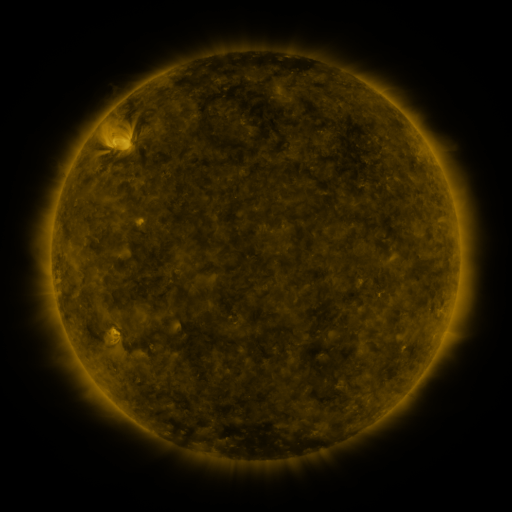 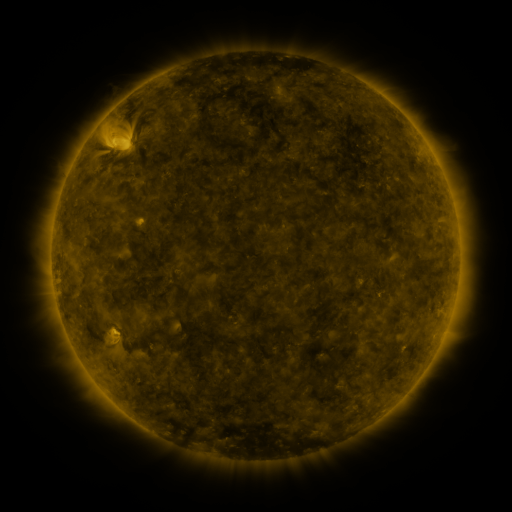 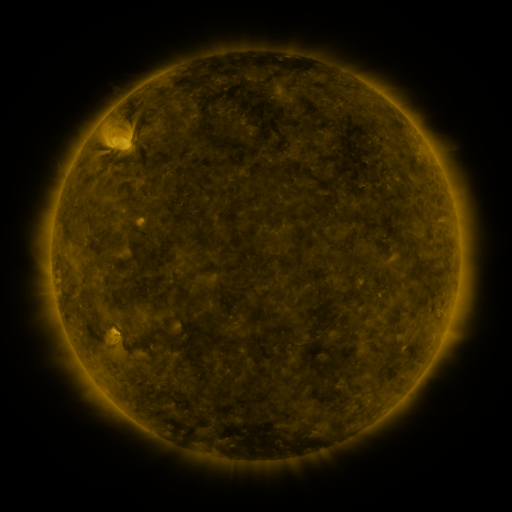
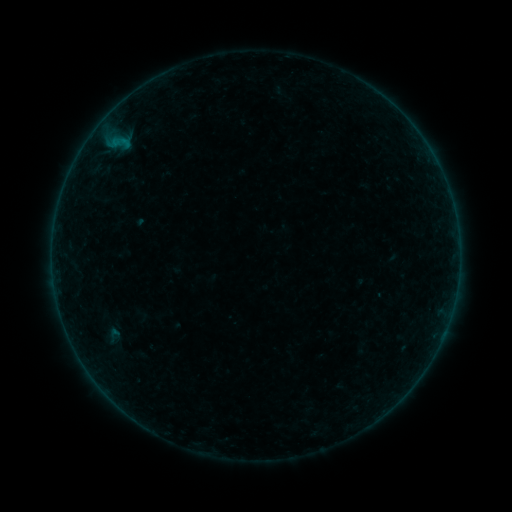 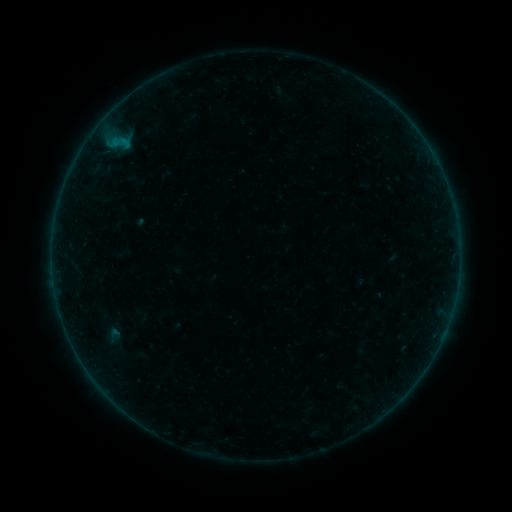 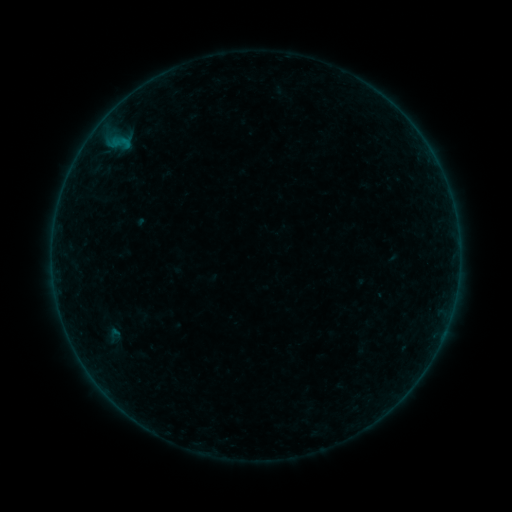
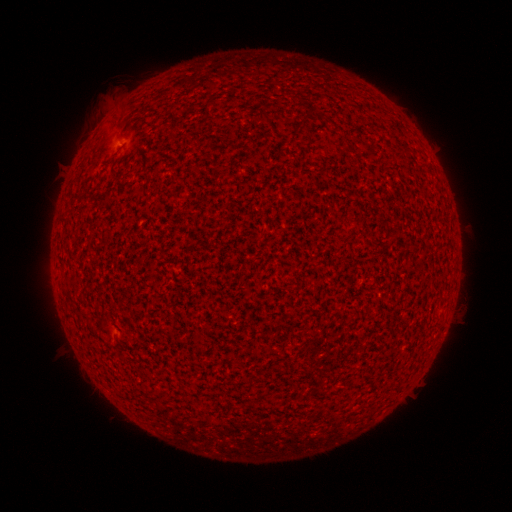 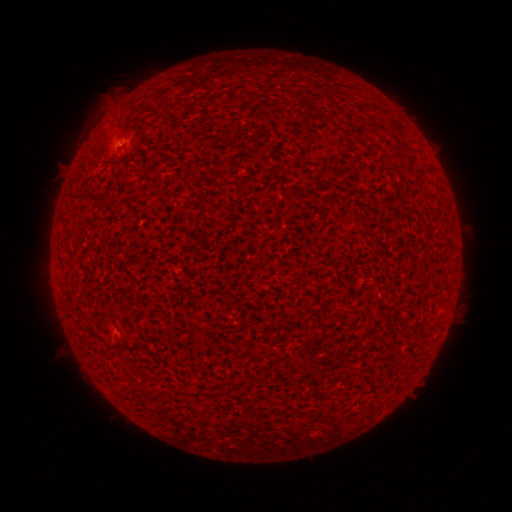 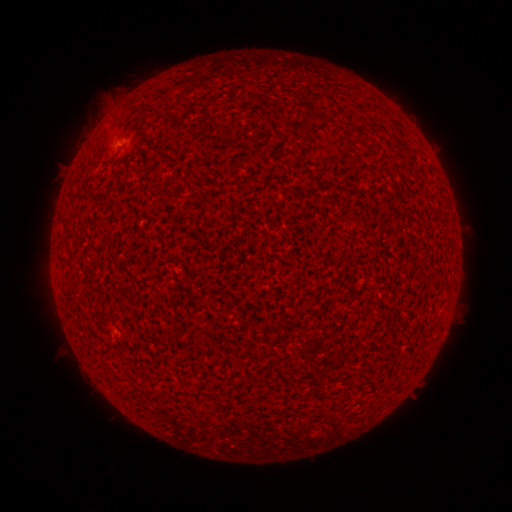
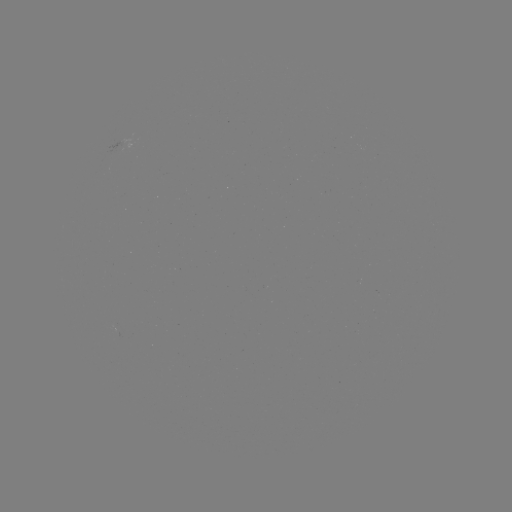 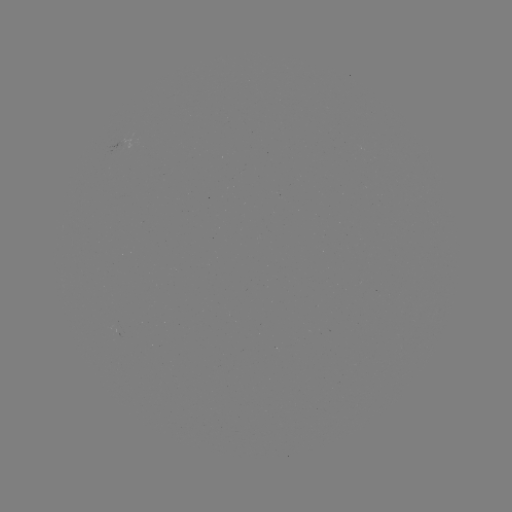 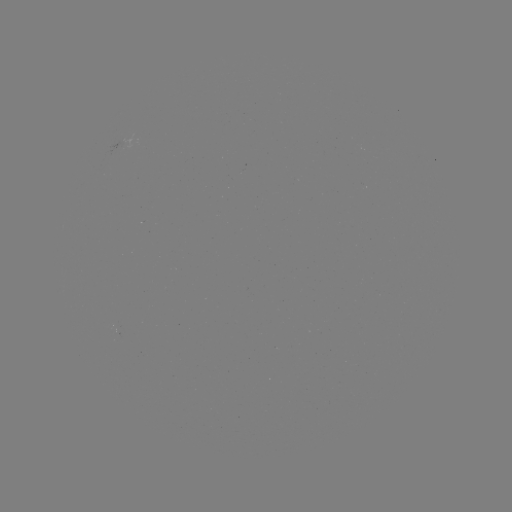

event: flare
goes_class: A2.1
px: (119, 144)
